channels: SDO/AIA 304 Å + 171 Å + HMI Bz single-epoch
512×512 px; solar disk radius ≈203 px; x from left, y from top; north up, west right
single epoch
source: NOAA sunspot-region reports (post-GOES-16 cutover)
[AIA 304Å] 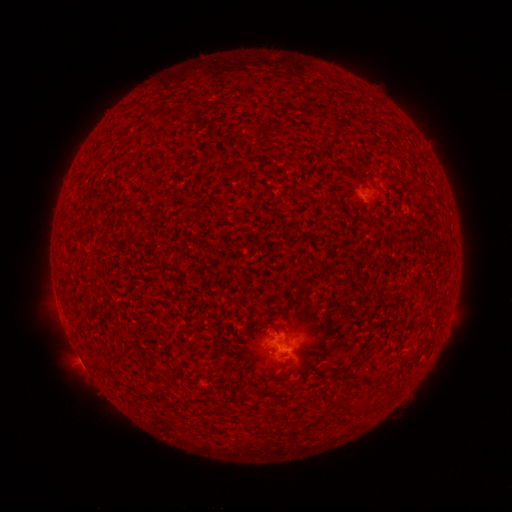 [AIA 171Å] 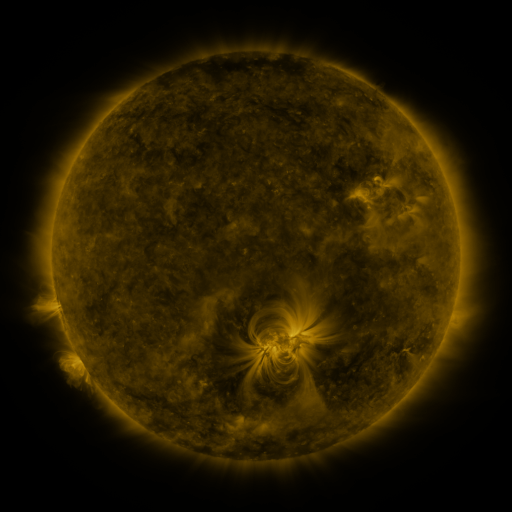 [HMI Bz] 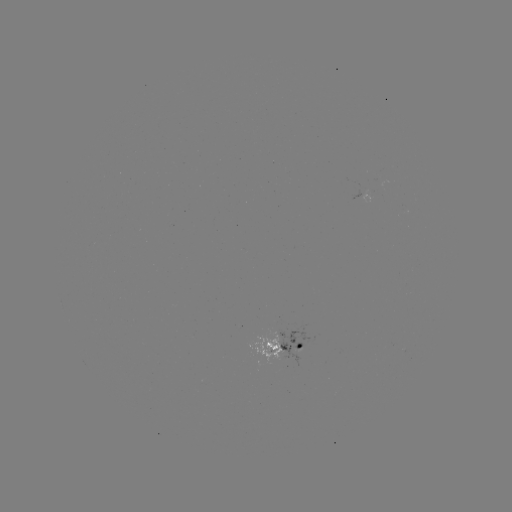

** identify spotted active region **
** [285, 346] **